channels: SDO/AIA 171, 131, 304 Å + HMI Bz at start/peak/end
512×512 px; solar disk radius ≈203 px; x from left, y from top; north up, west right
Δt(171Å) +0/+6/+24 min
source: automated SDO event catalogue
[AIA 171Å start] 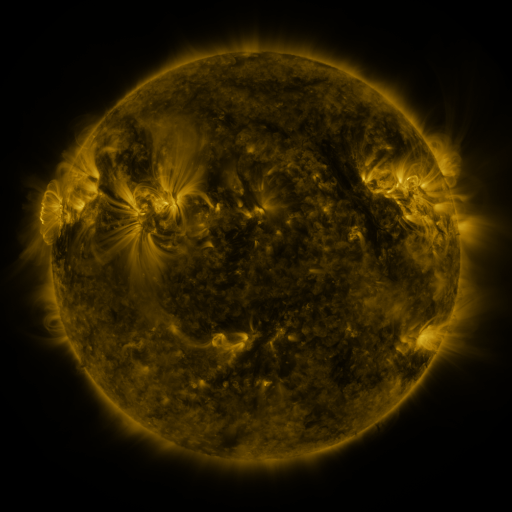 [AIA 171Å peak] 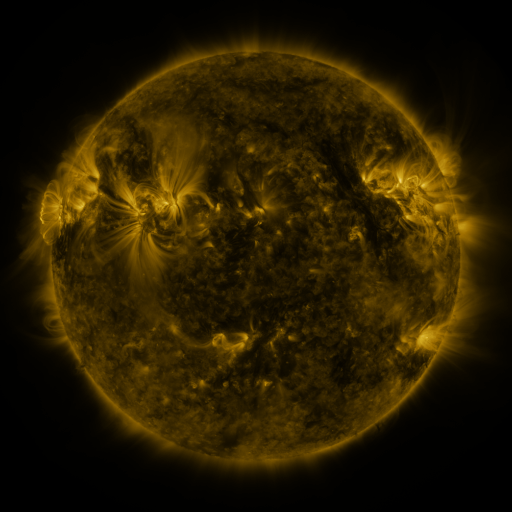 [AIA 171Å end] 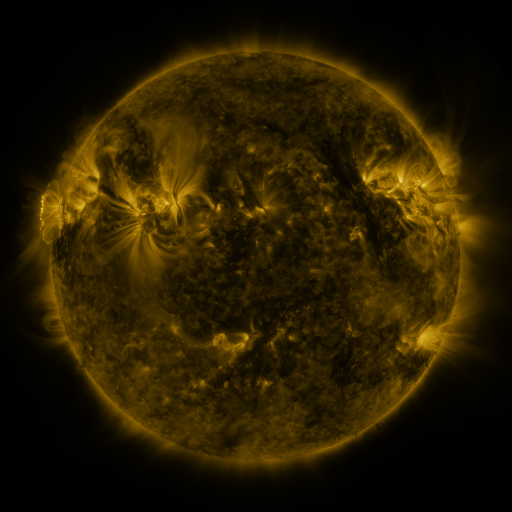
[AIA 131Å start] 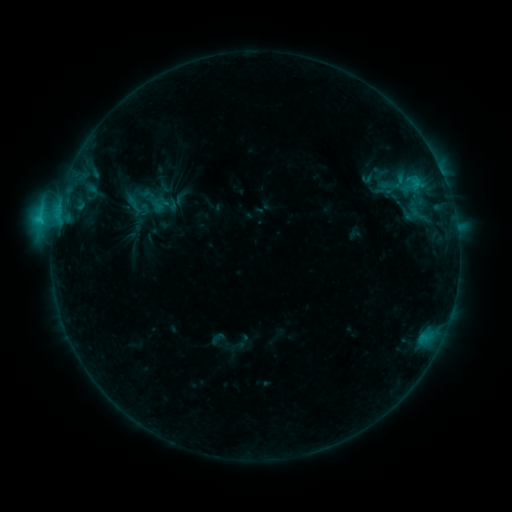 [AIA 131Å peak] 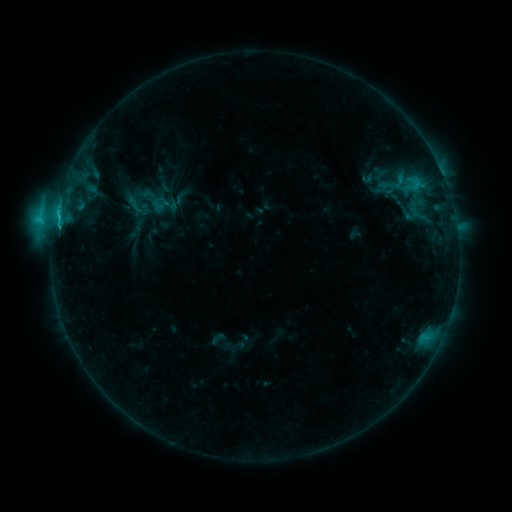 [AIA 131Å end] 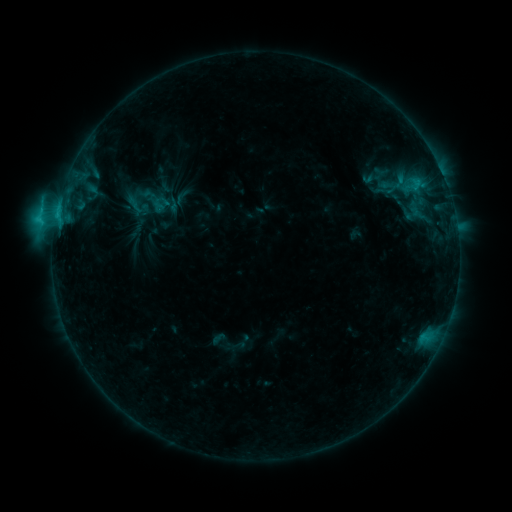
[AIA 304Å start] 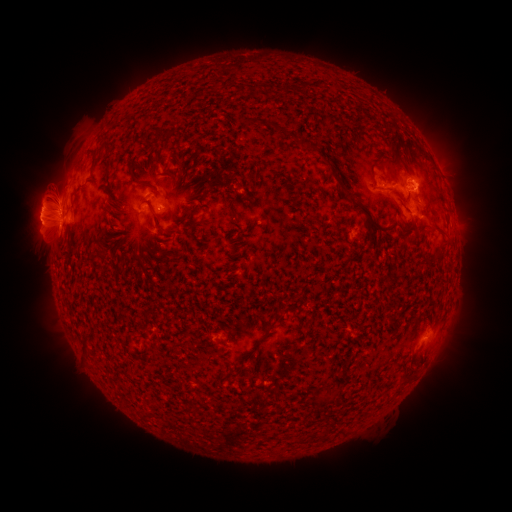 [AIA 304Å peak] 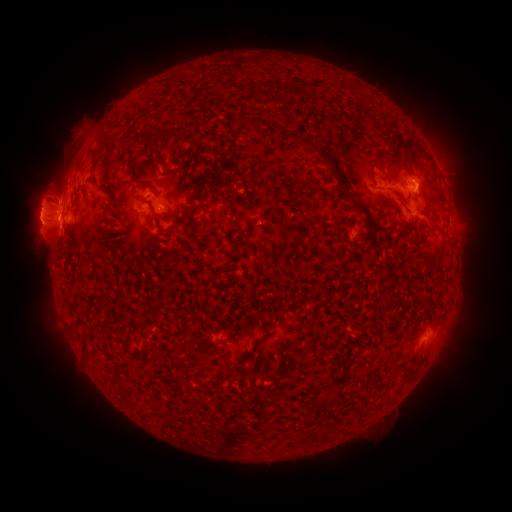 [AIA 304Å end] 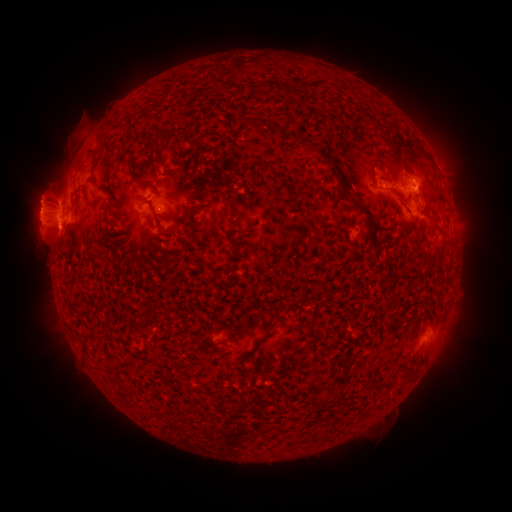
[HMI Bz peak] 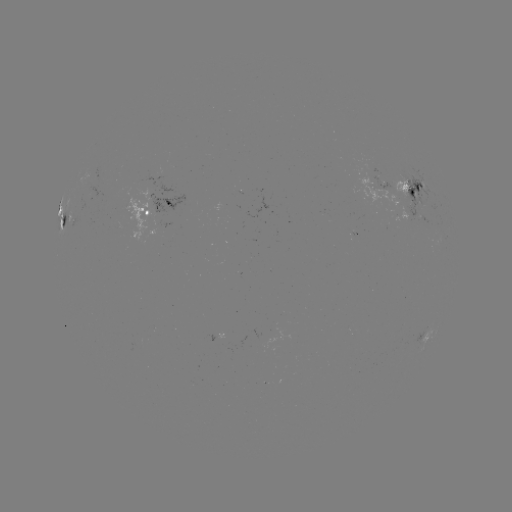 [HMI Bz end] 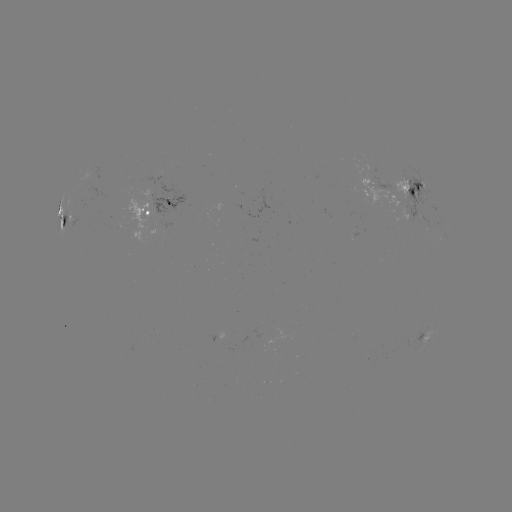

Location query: C4.4 flare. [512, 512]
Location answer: (414, 192).